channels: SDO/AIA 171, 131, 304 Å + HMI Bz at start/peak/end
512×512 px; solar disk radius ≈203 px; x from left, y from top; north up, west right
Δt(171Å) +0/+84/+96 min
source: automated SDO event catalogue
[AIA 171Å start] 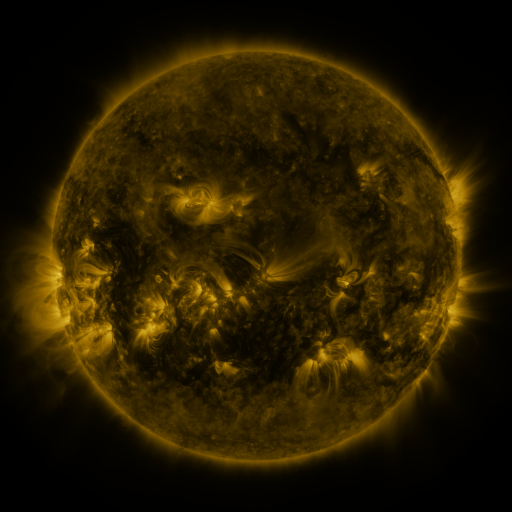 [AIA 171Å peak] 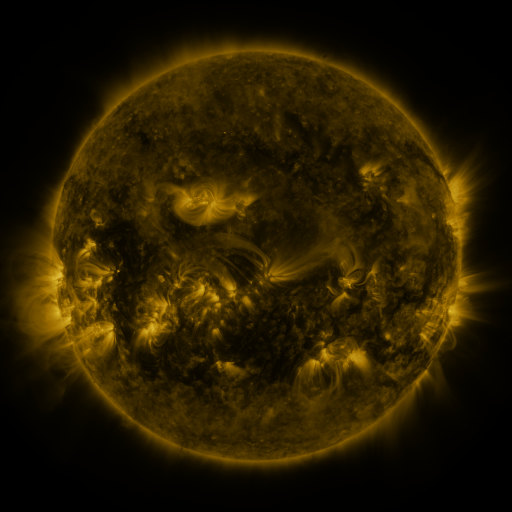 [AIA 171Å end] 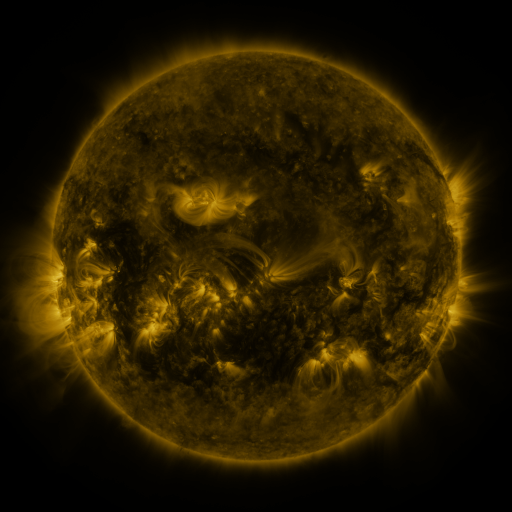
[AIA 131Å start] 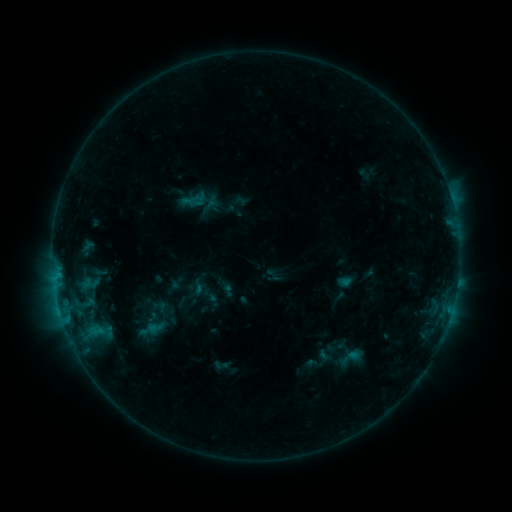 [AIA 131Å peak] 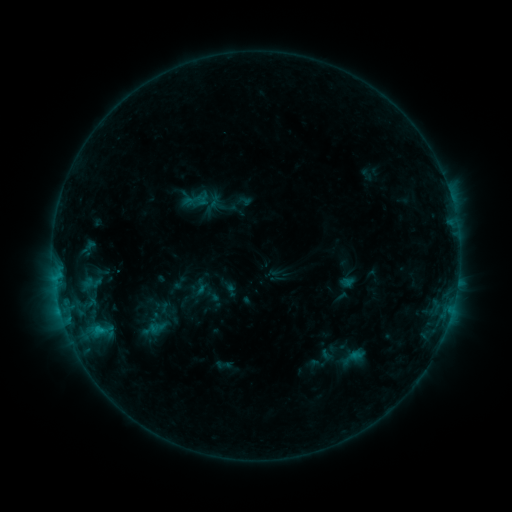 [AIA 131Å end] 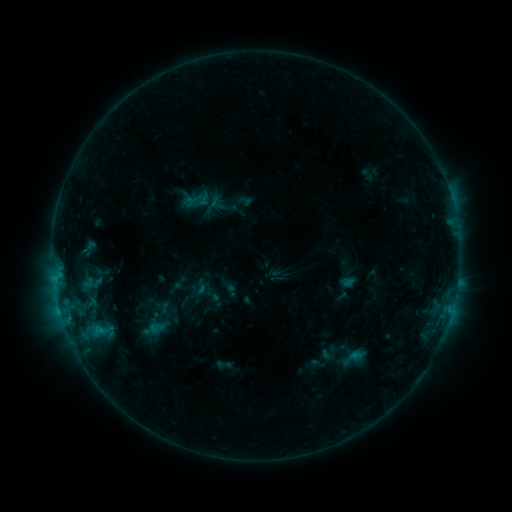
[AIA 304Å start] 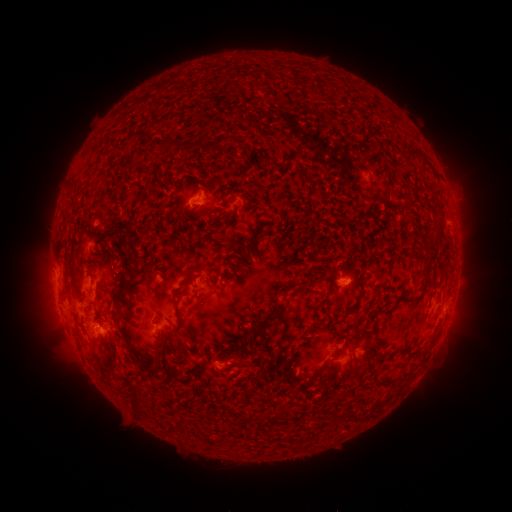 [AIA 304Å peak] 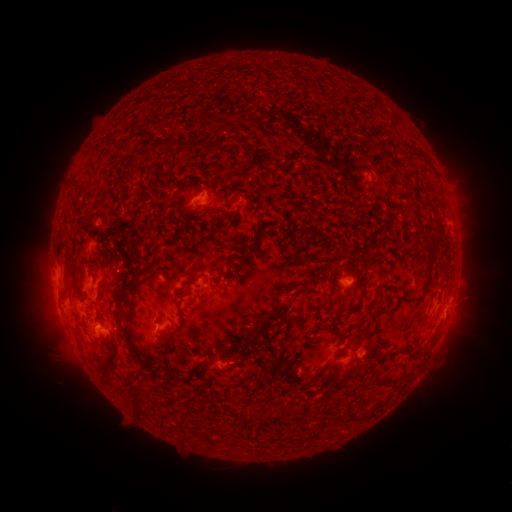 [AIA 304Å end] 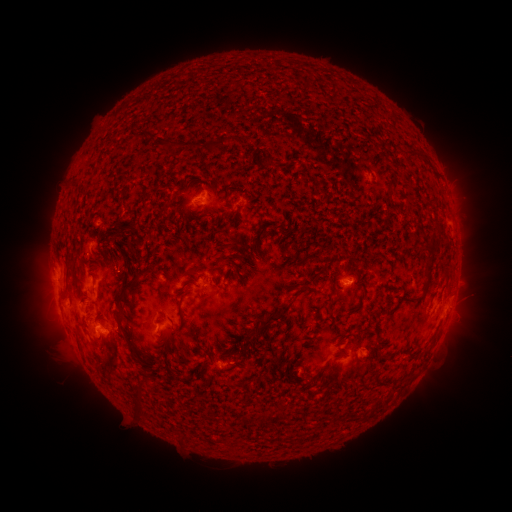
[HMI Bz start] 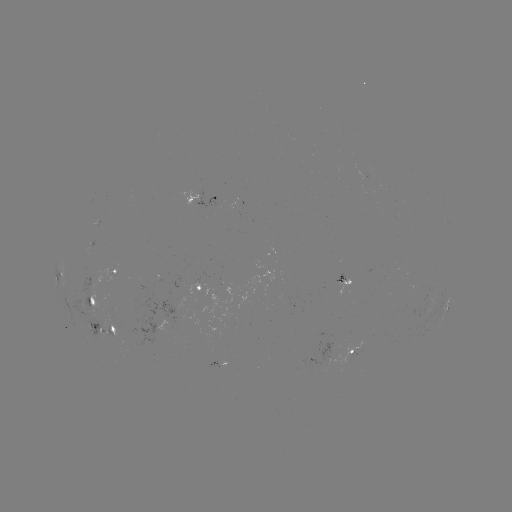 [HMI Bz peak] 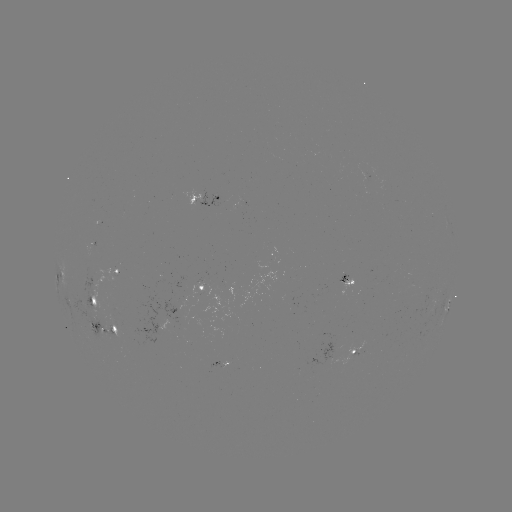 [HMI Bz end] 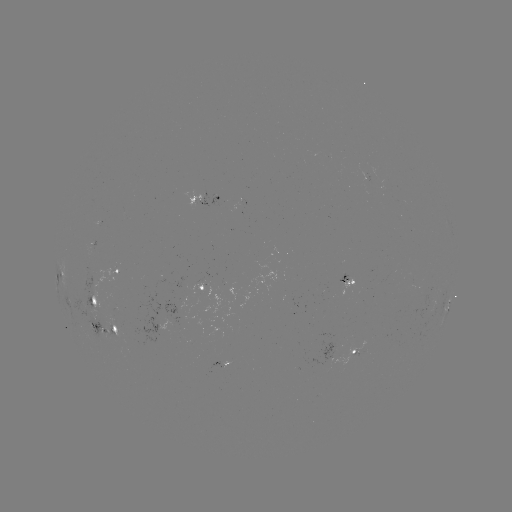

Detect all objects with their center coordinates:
emerging-flux region: (99, 329)
